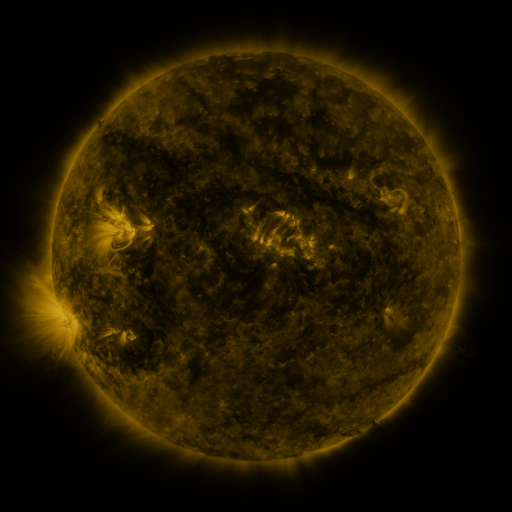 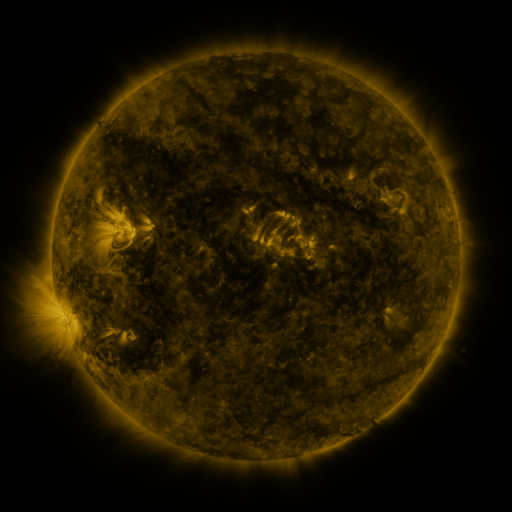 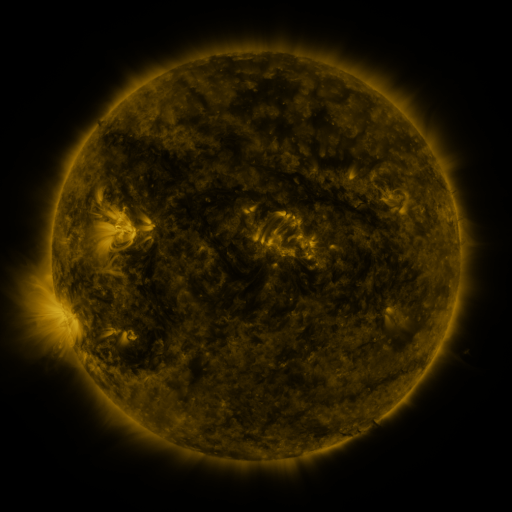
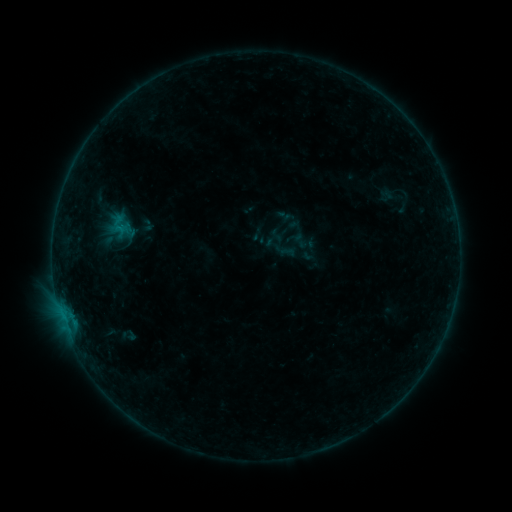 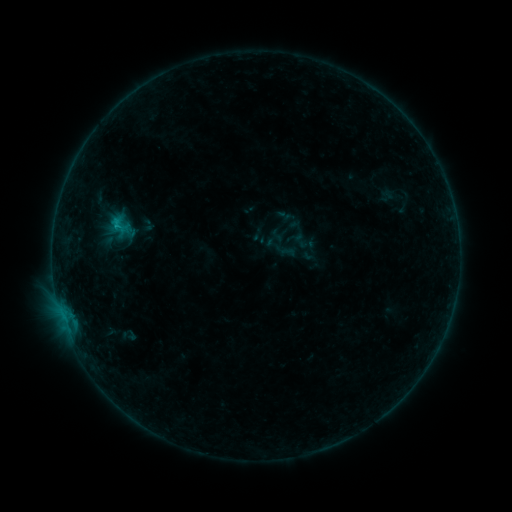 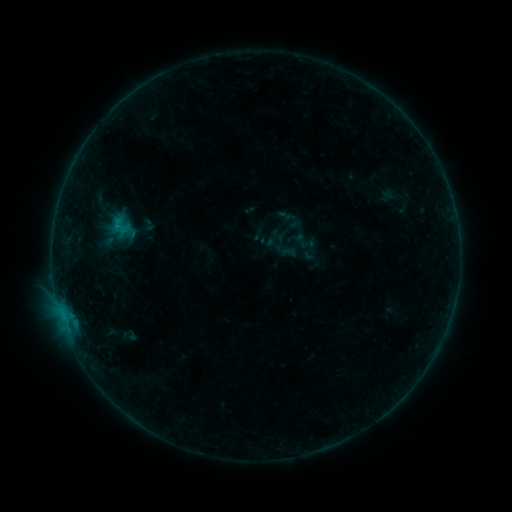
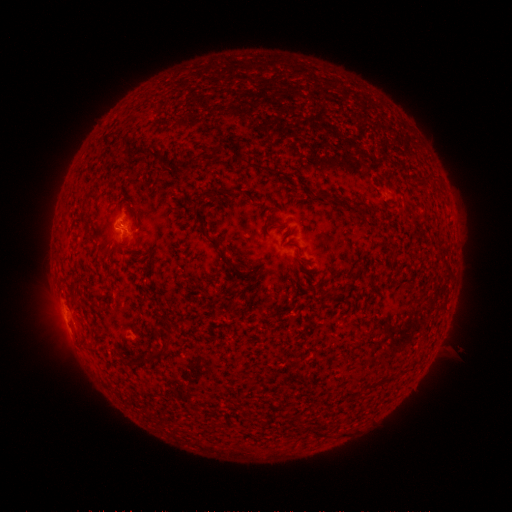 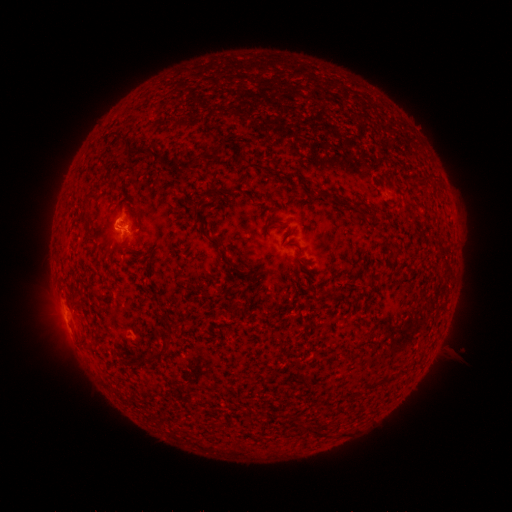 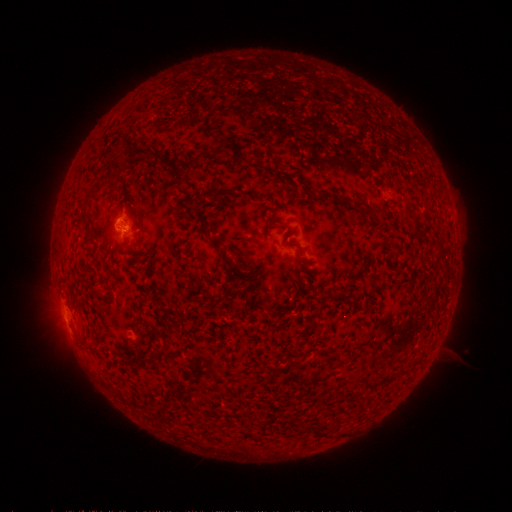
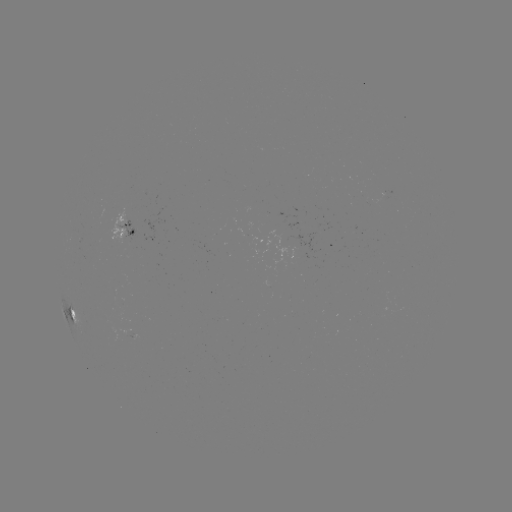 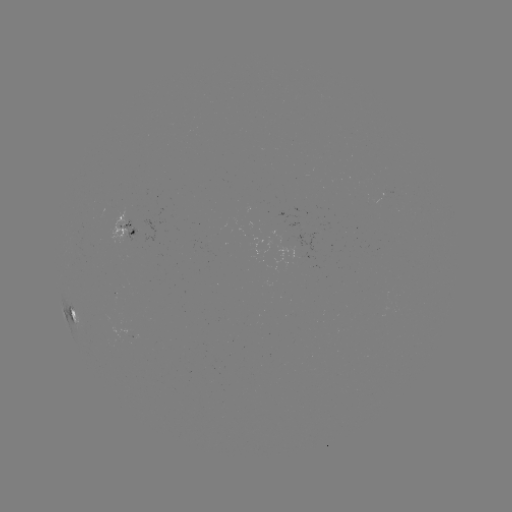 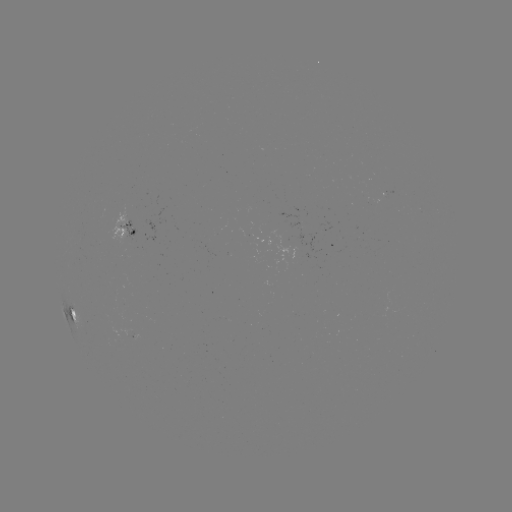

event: flare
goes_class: B6.1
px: (118, 226)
